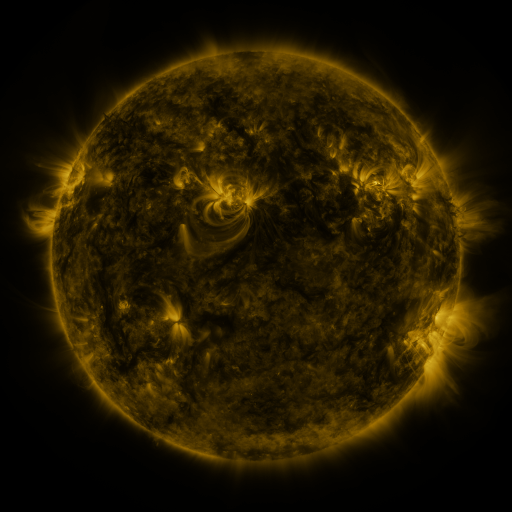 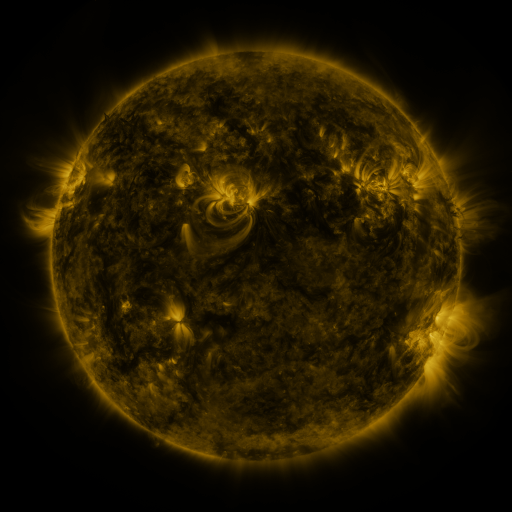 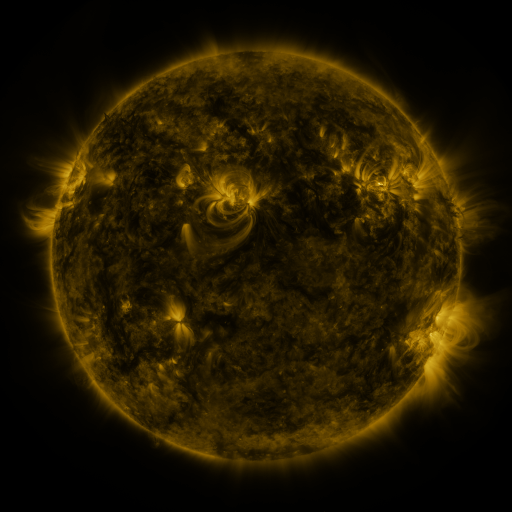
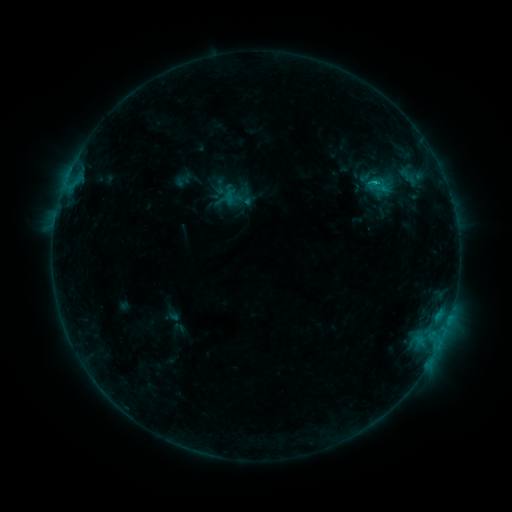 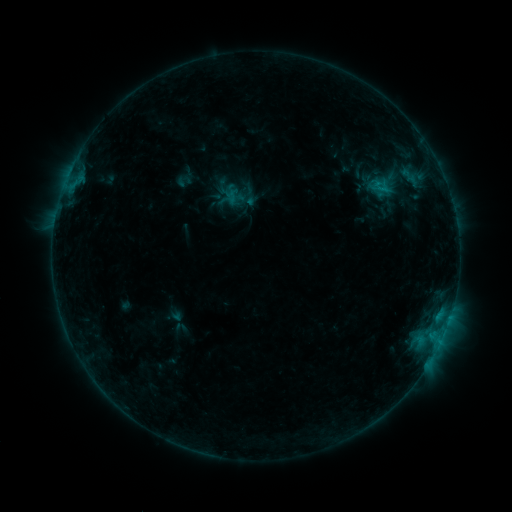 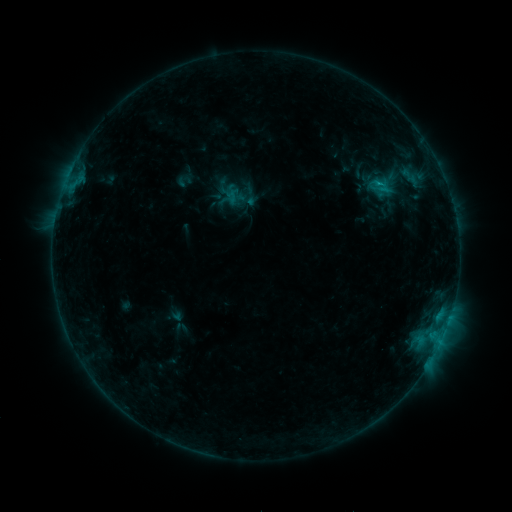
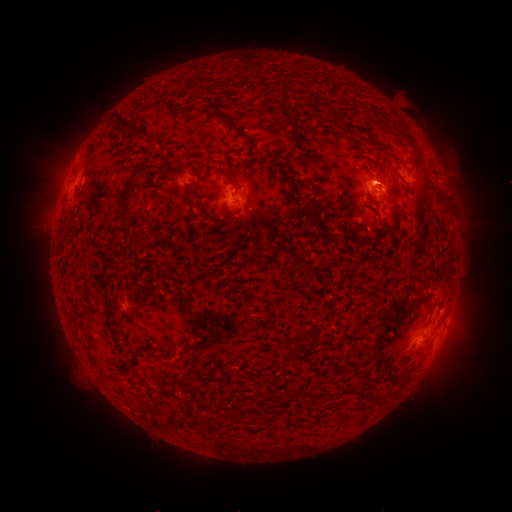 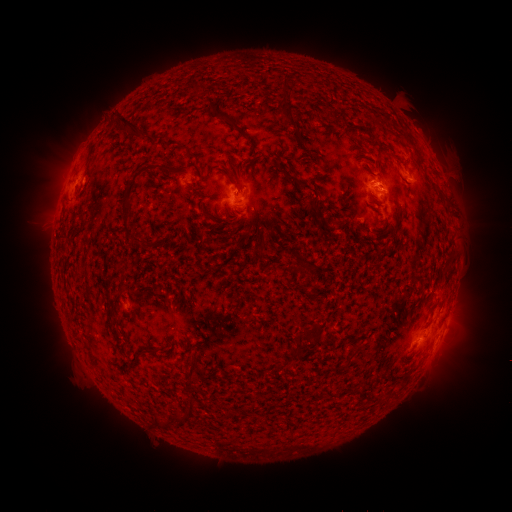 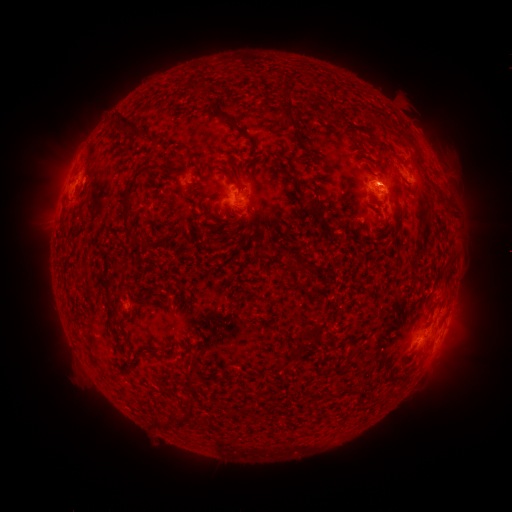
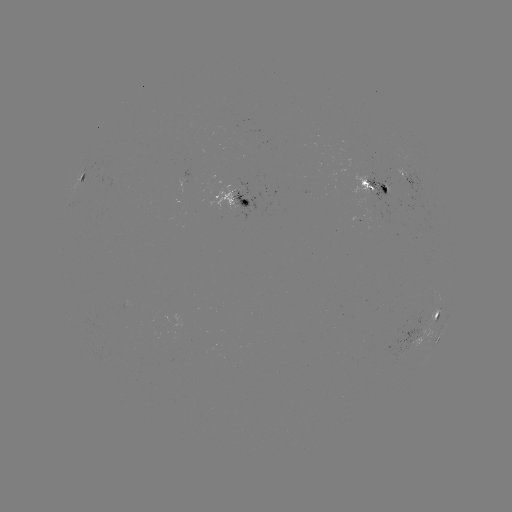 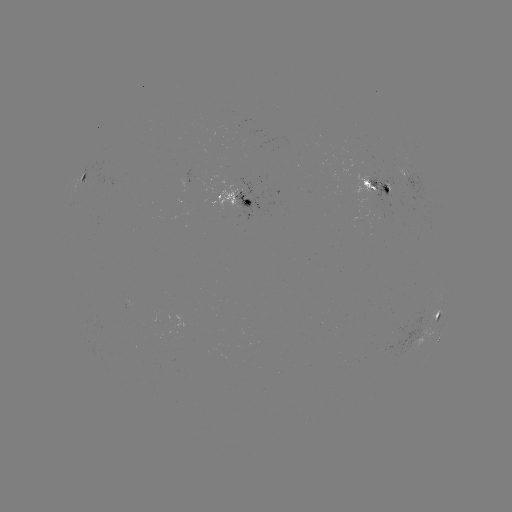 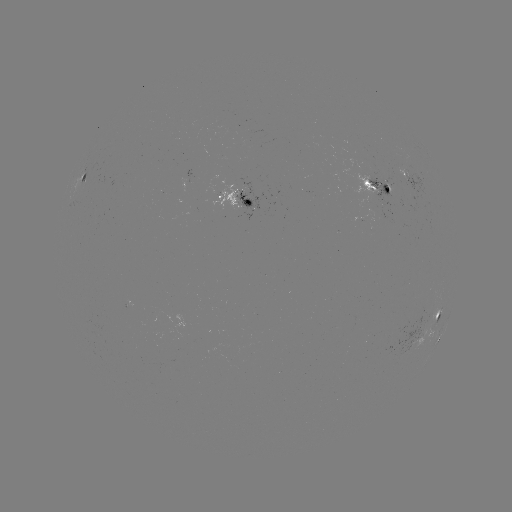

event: emerging-flux region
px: (374, 194)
